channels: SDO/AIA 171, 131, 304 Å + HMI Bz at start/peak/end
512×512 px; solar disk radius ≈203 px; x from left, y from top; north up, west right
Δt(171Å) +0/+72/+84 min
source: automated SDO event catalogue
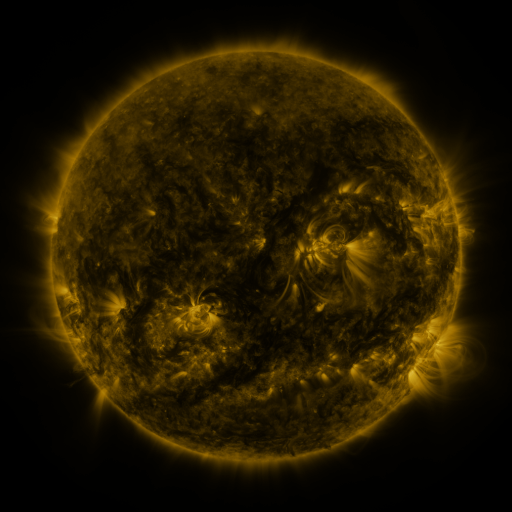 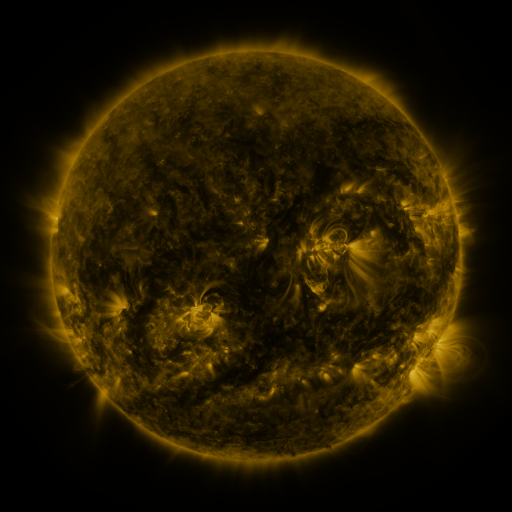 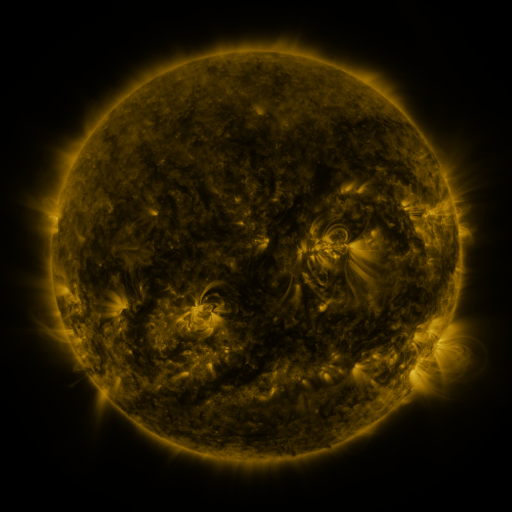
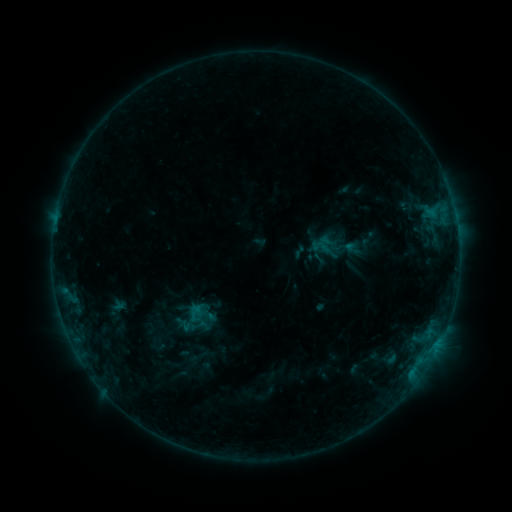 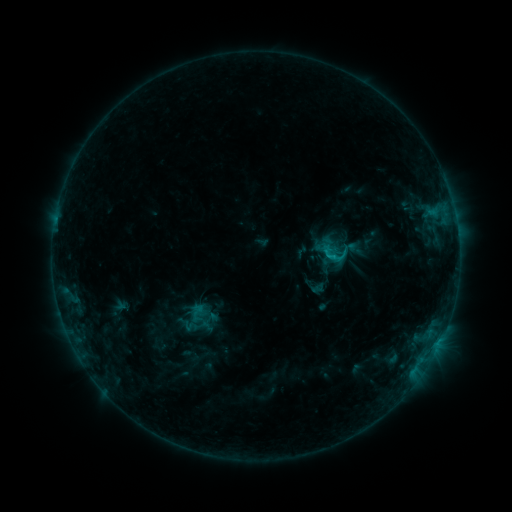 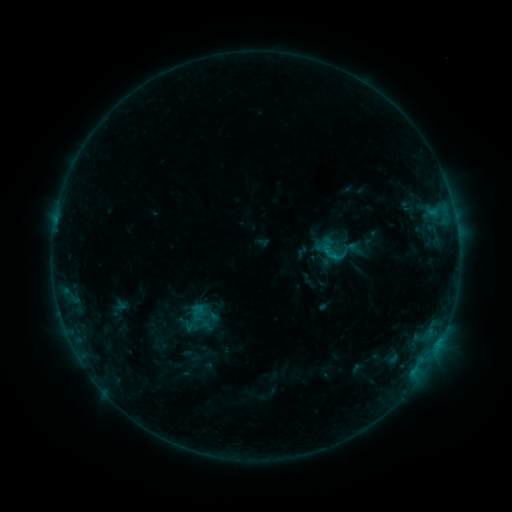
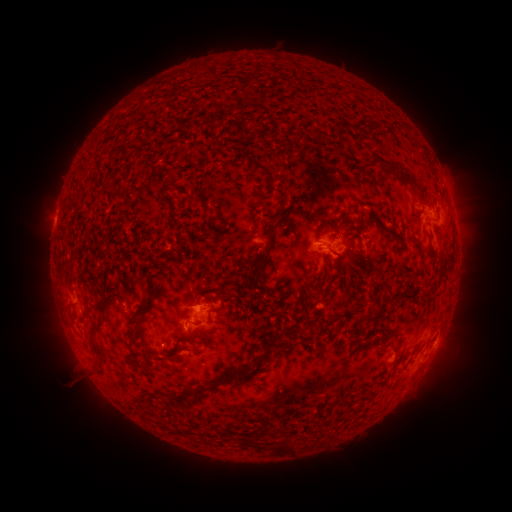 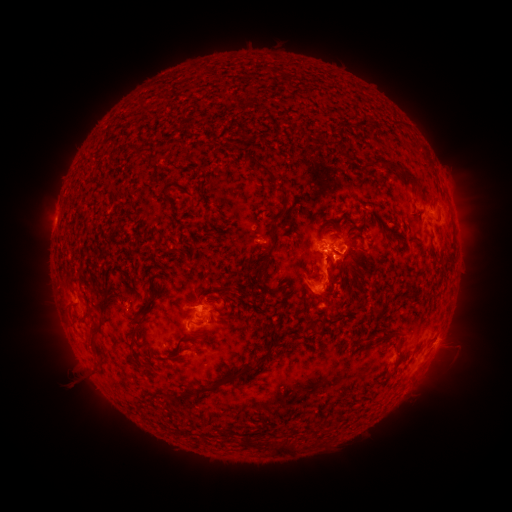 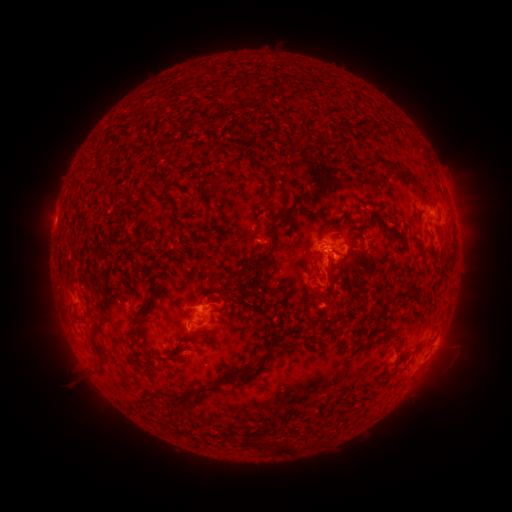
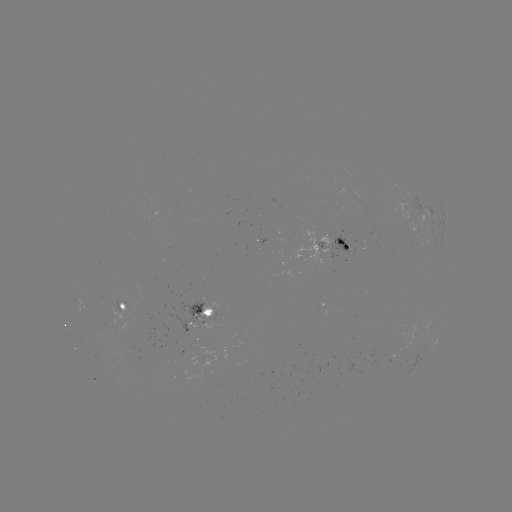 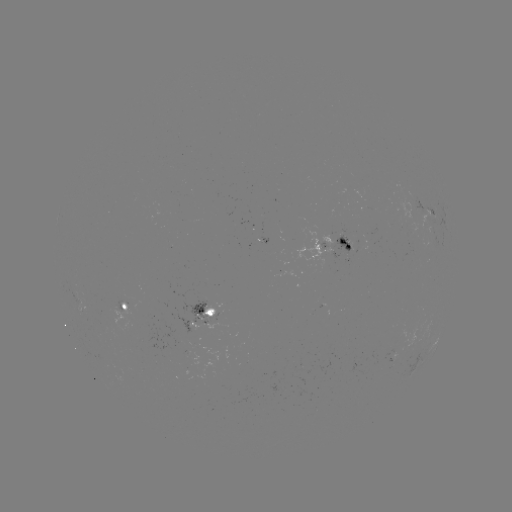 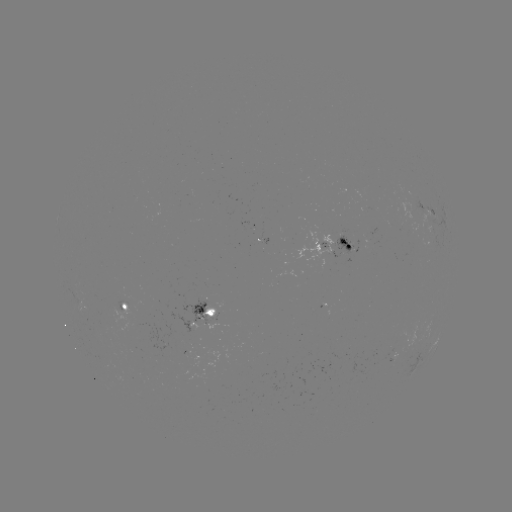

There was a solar emerging-flux region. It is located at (103, 329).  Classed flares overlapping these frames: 1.